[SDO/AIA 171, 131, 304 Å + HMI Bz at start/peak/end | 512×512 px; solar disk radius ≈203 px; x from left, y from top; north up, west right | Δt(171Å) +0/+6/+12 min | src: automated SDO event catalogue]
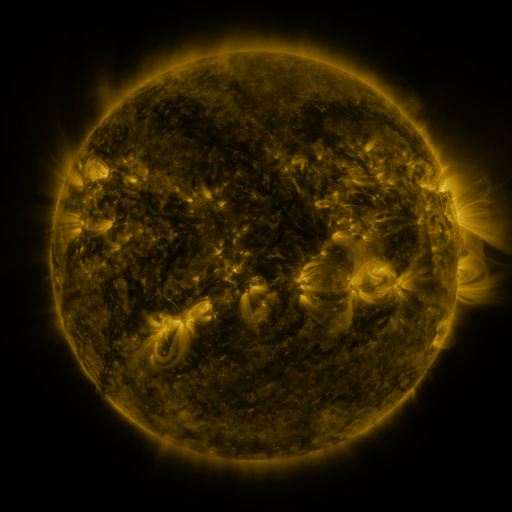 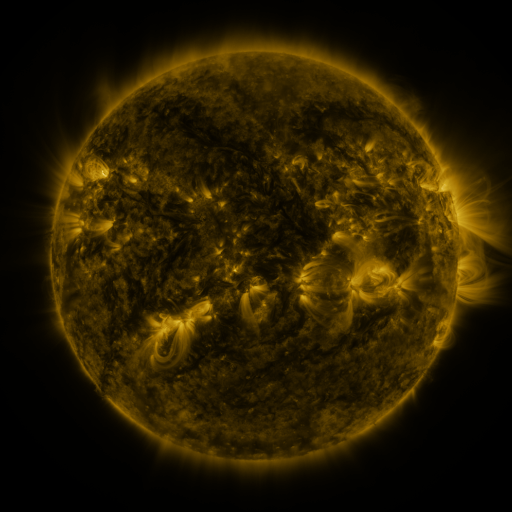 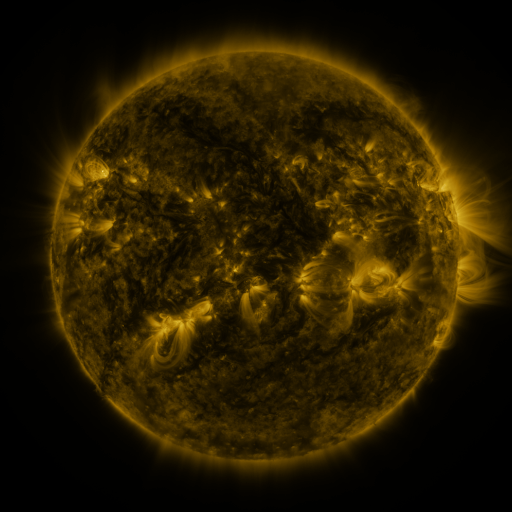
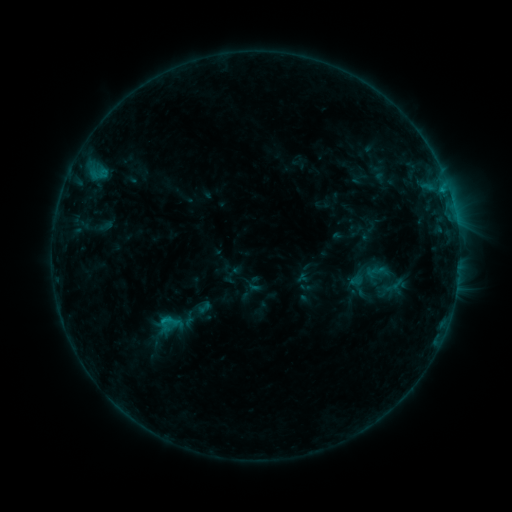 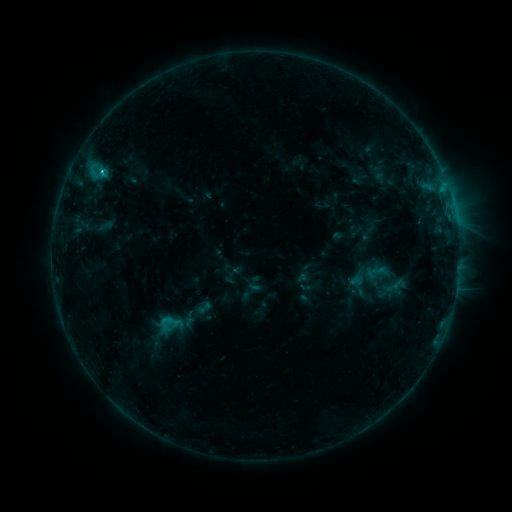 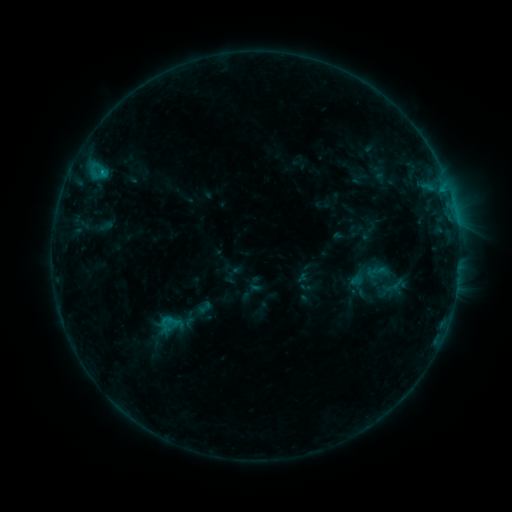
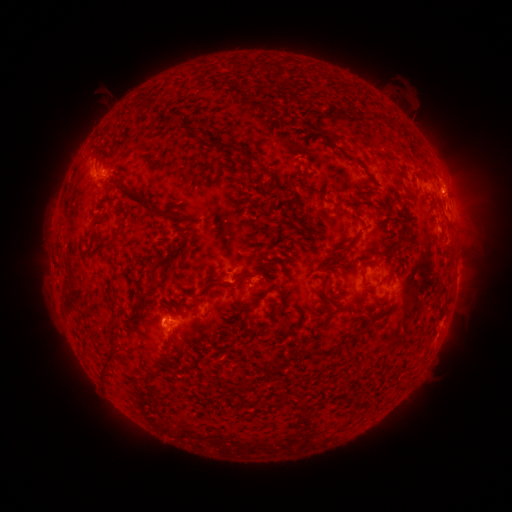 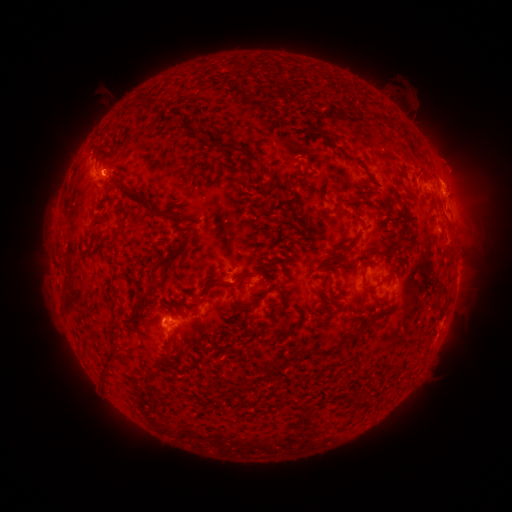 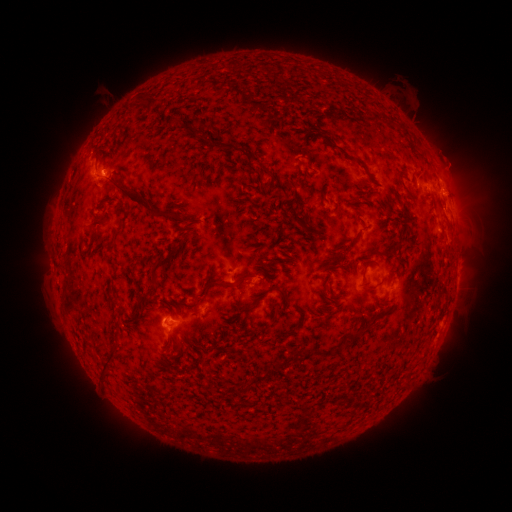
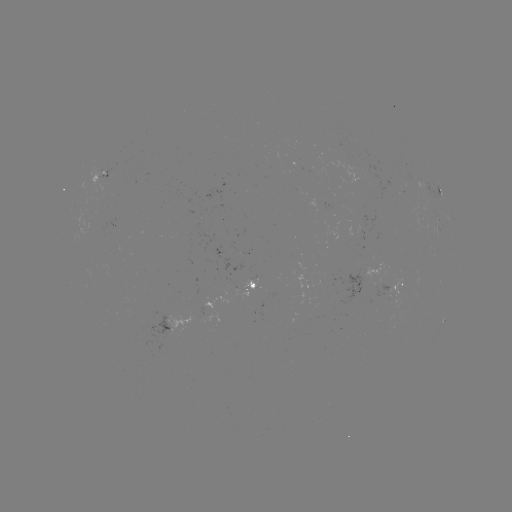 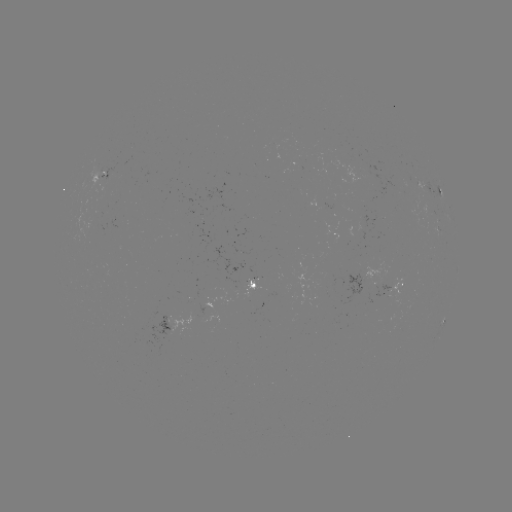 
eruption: [426, 144, 467, 192]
